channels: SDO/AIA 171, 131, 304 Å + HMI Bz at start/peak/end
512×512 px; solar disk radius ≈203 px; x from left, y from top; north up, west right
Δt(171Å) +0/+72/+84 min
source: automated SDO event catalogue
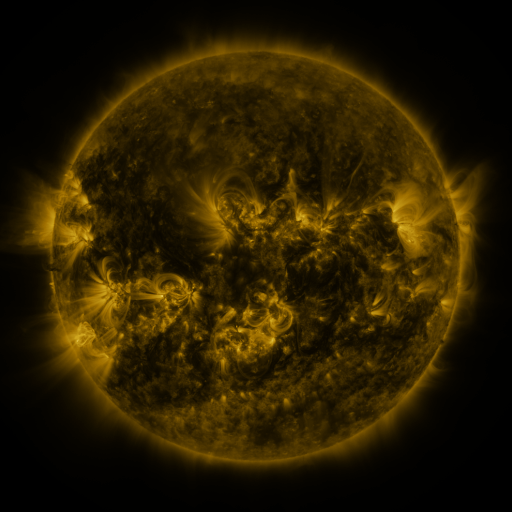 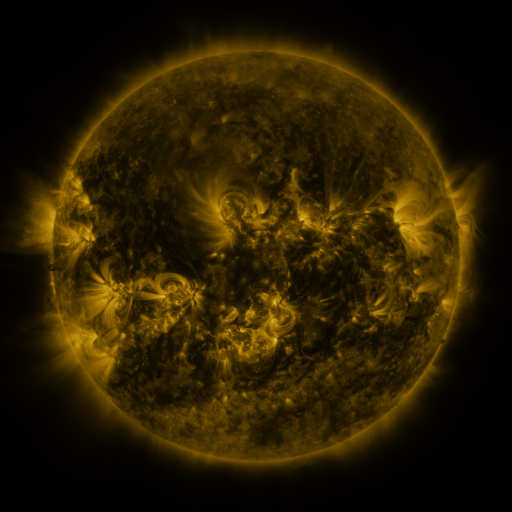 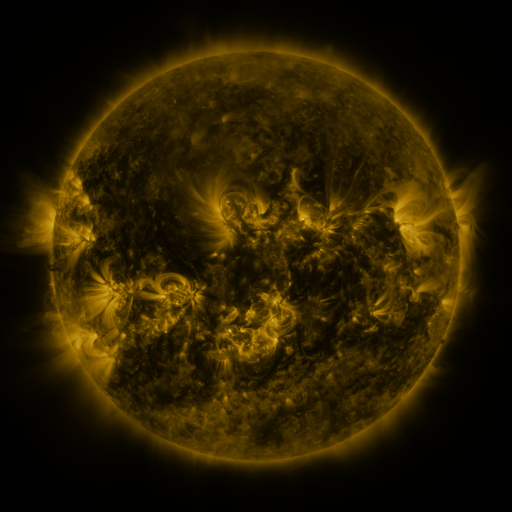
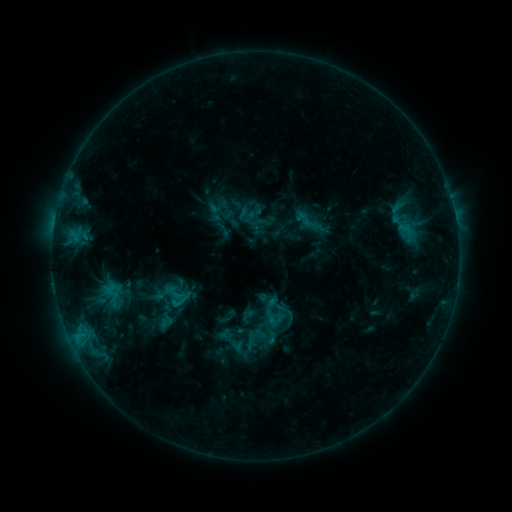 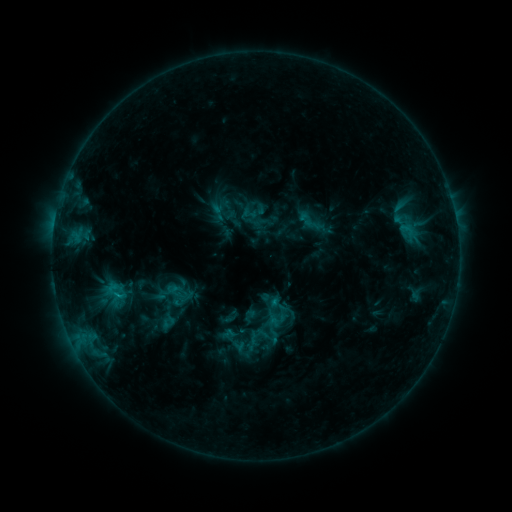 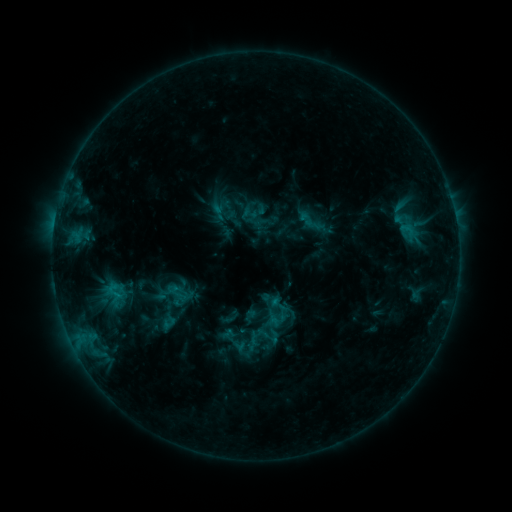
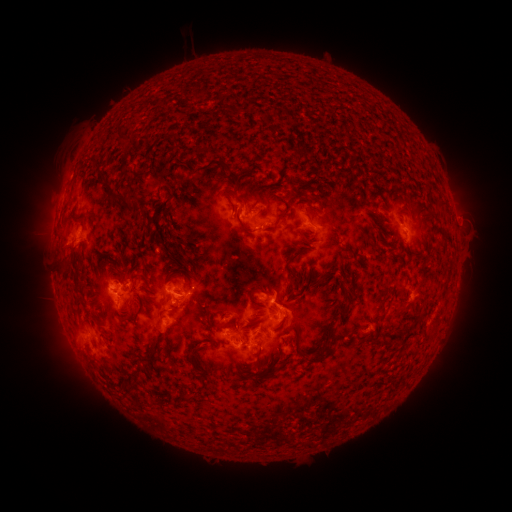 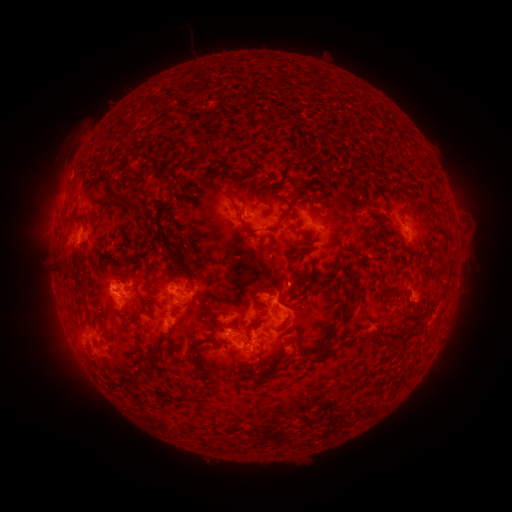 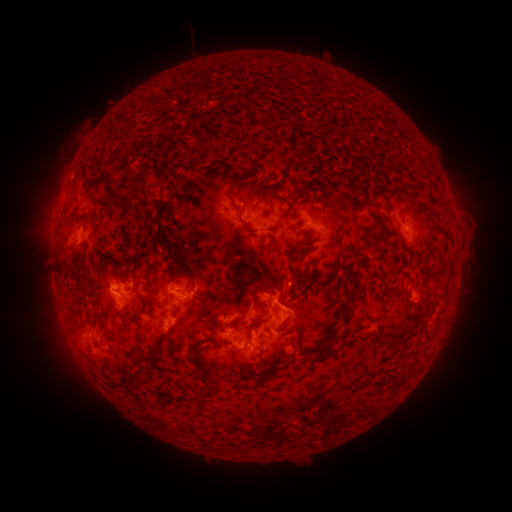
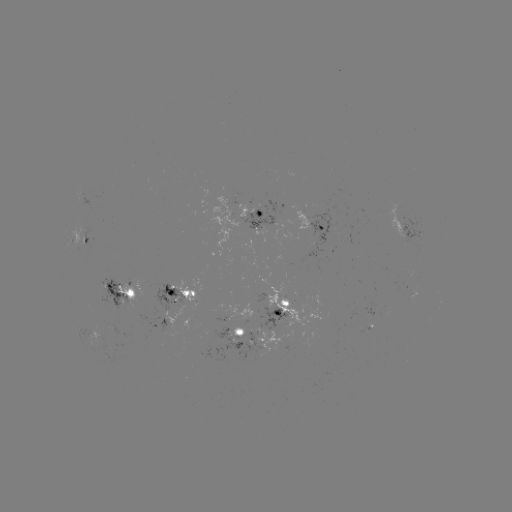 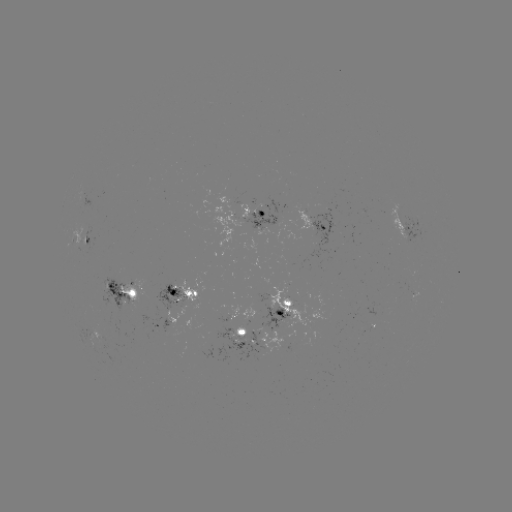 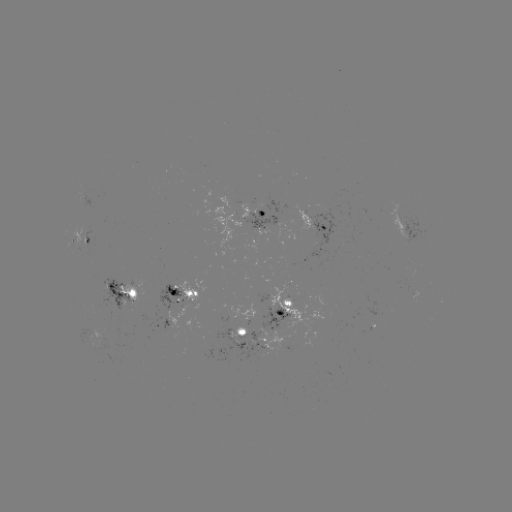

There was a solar emerging-flux region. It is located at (398, 219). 